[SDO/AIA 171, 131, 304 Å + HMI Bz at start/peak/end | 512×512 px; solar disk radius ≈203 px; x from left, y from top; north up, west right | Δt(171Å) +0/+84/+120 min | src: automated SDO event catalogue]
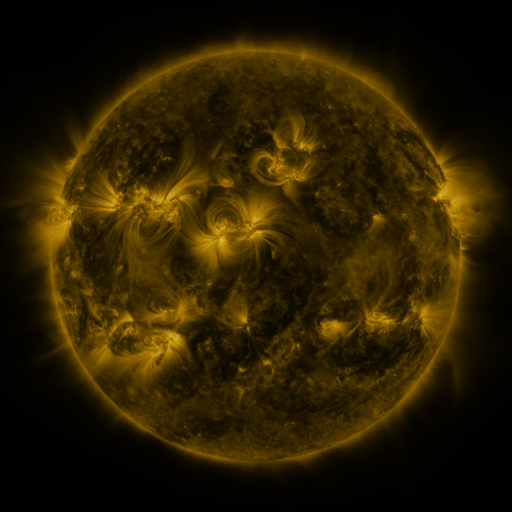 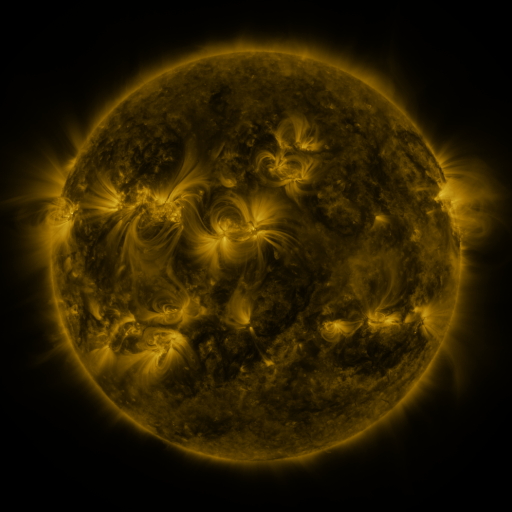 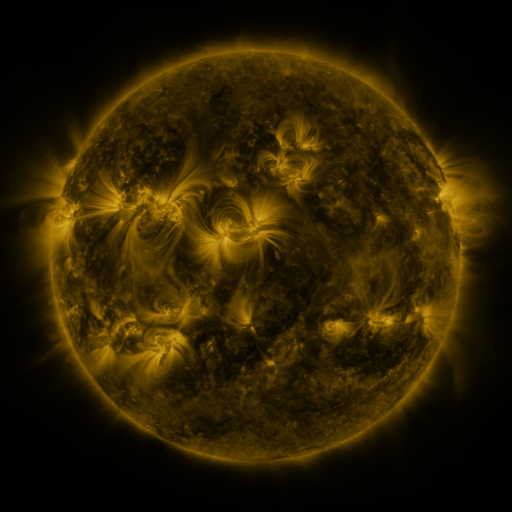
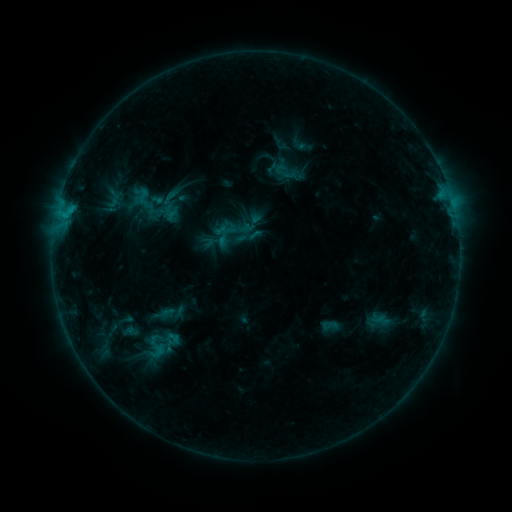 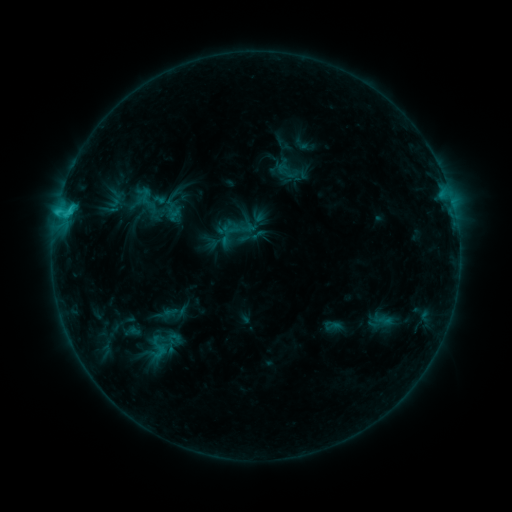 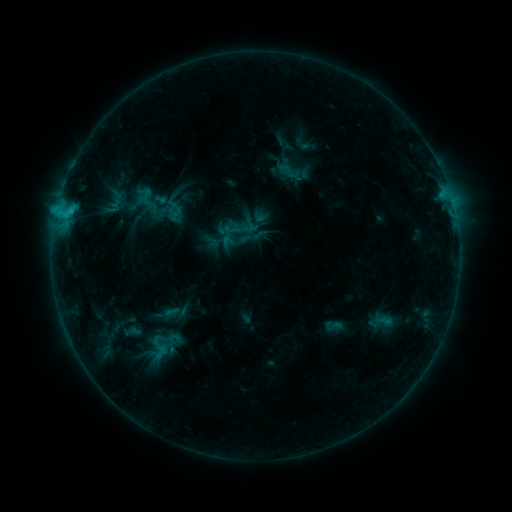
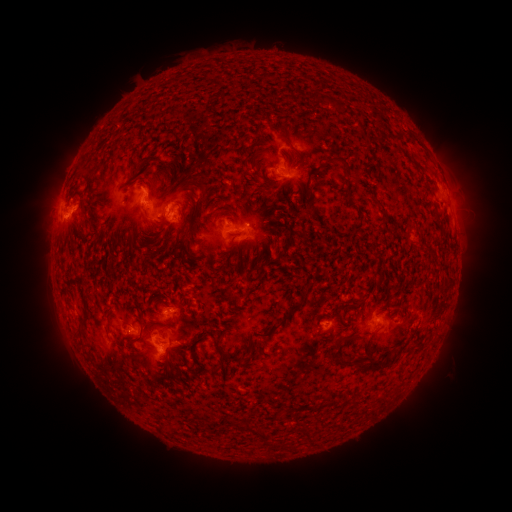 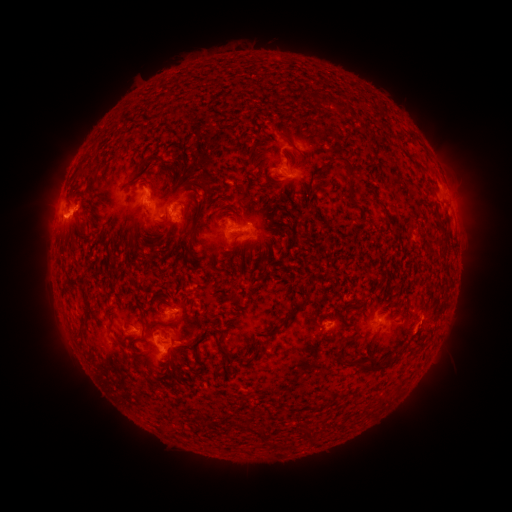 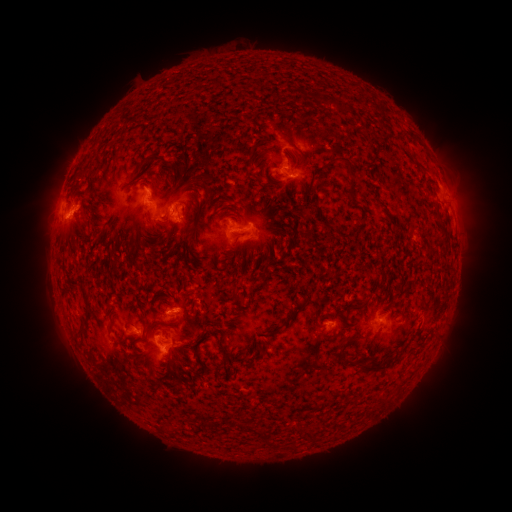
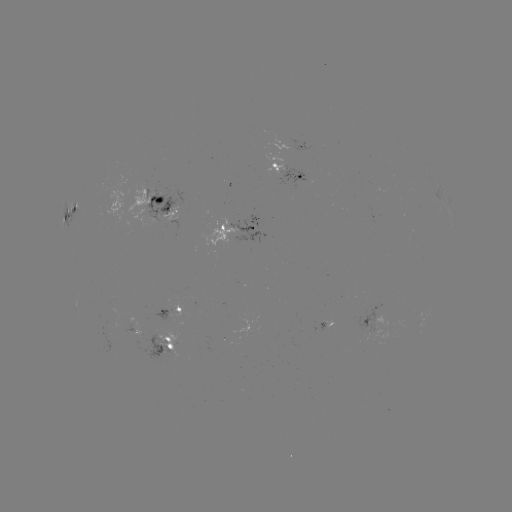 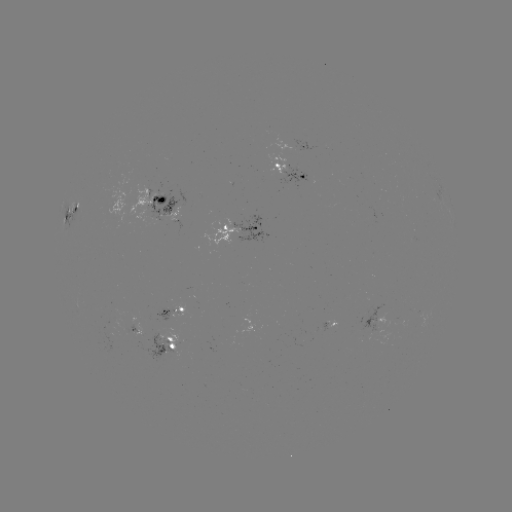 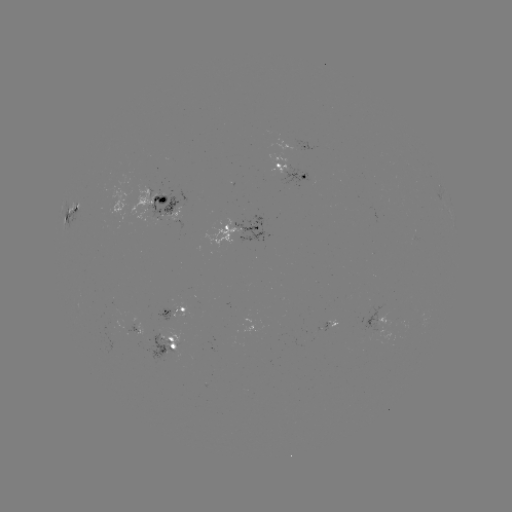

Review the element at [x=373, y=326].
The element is emerging-flux region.